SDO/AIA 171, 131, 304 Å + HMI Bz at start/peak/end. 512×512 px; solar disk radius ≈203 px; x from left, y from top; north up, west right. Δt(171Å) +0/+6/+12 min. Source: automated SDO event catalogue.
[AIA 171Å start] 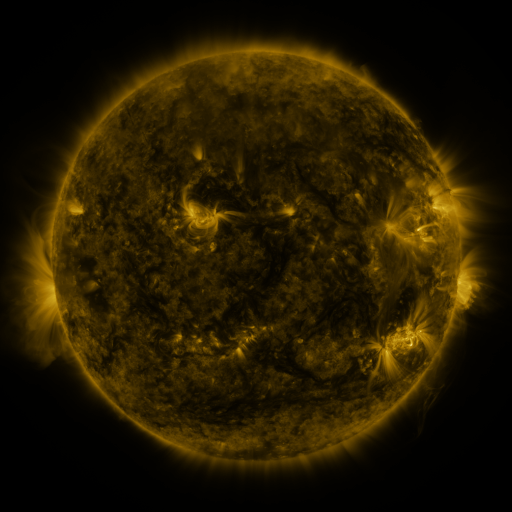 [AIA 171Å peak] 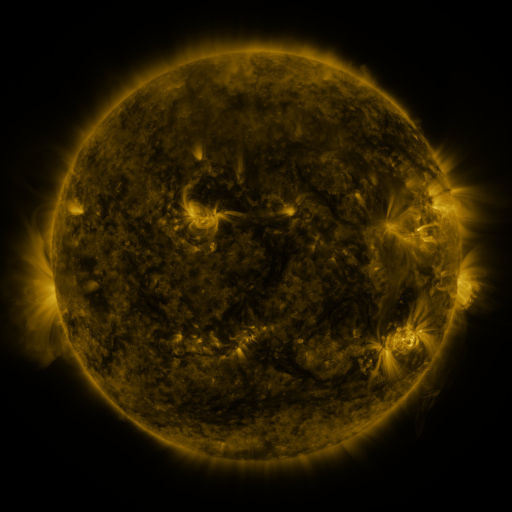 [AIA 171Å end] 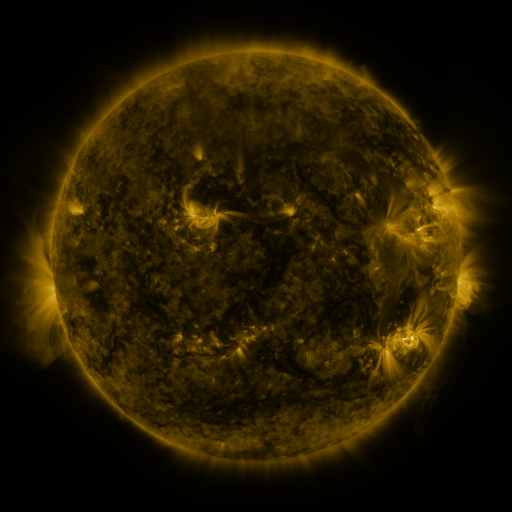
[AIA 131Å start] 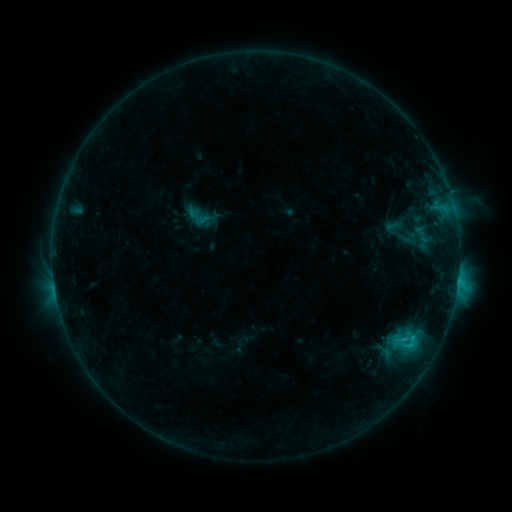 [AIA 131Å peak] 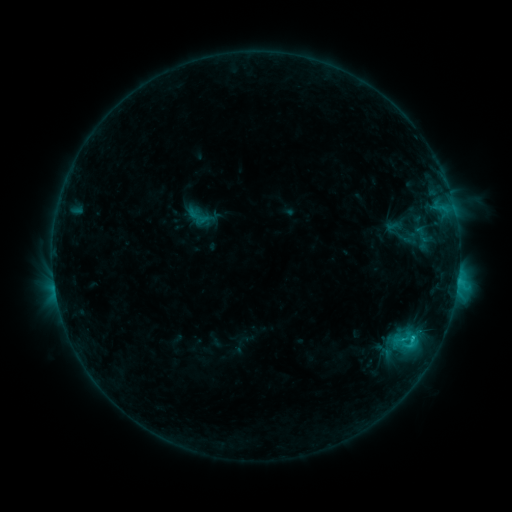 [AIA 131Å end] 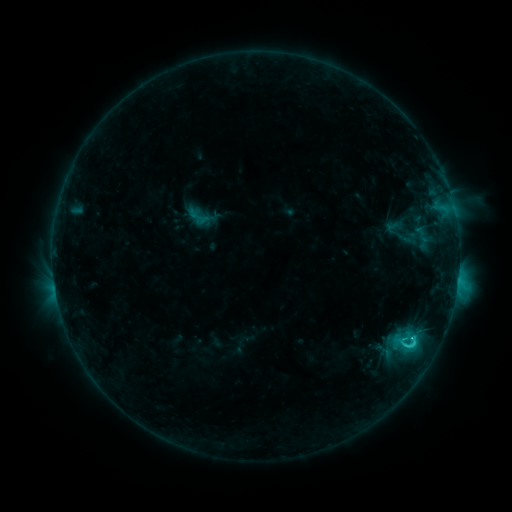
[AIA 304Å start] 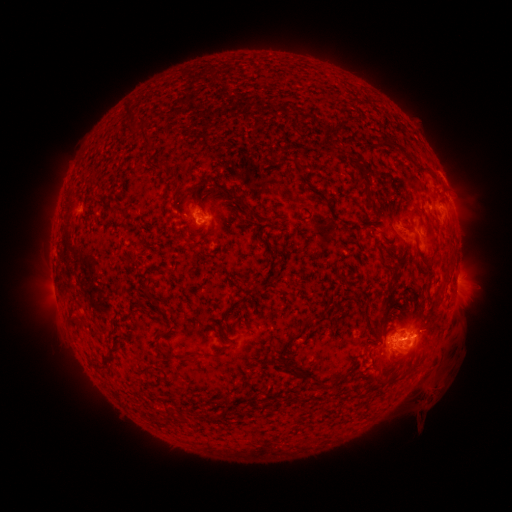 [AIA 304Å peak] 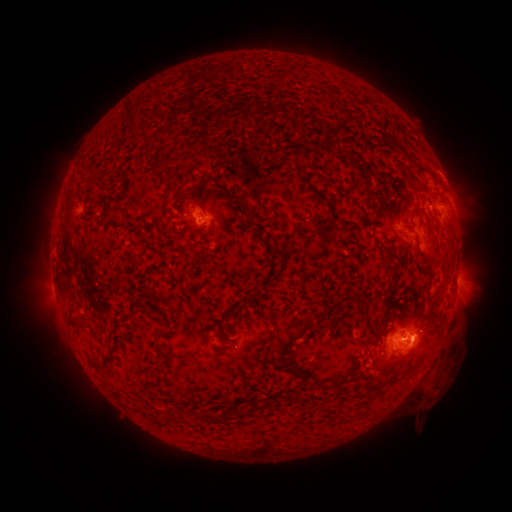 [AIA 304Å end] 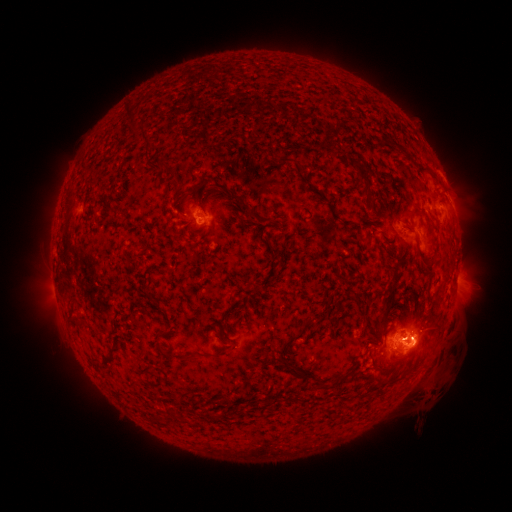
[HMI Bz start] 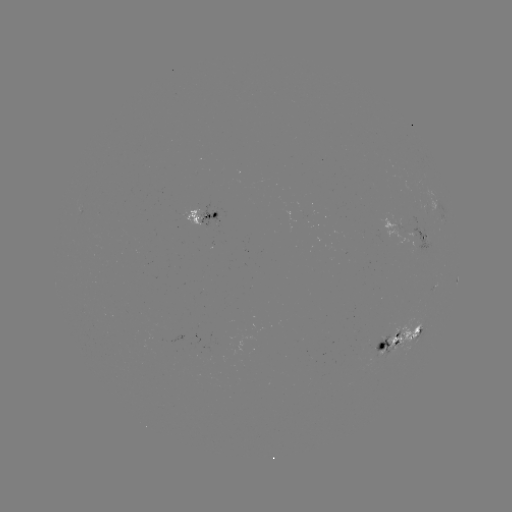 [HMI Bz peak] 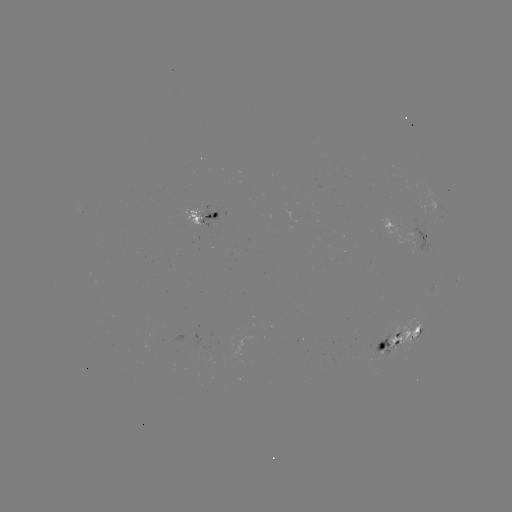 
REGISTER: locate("M1.1 flare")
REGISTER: (412, 338)